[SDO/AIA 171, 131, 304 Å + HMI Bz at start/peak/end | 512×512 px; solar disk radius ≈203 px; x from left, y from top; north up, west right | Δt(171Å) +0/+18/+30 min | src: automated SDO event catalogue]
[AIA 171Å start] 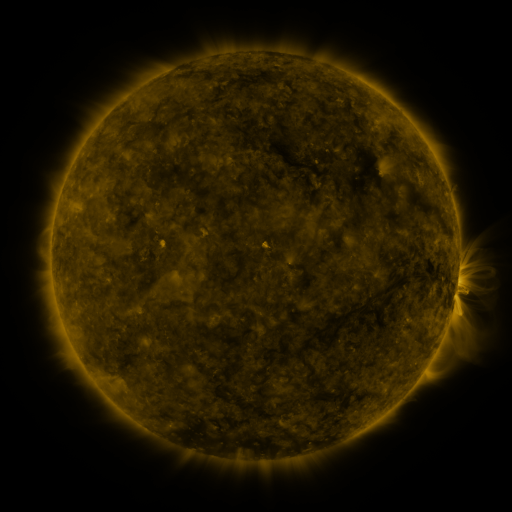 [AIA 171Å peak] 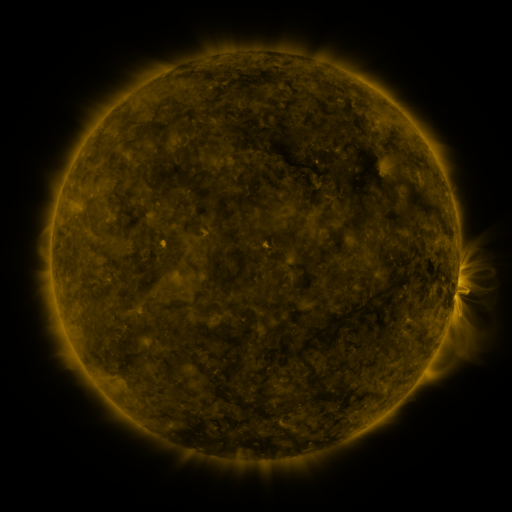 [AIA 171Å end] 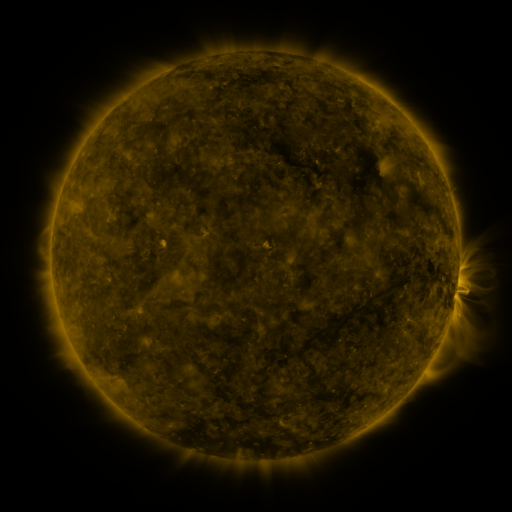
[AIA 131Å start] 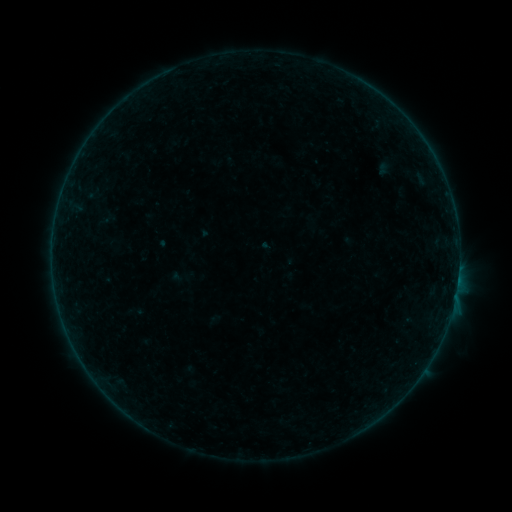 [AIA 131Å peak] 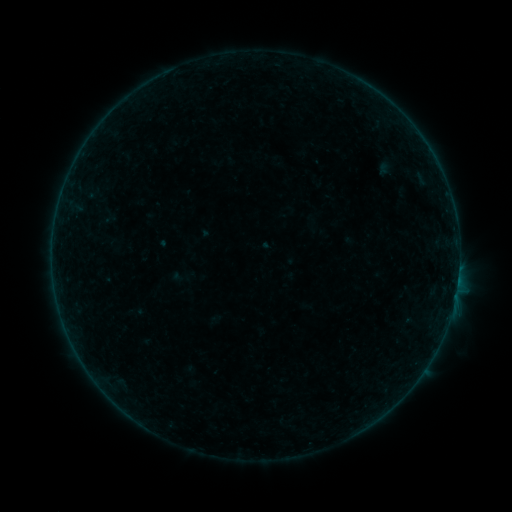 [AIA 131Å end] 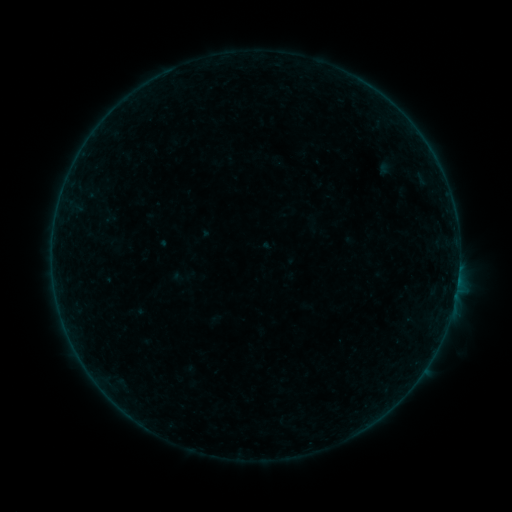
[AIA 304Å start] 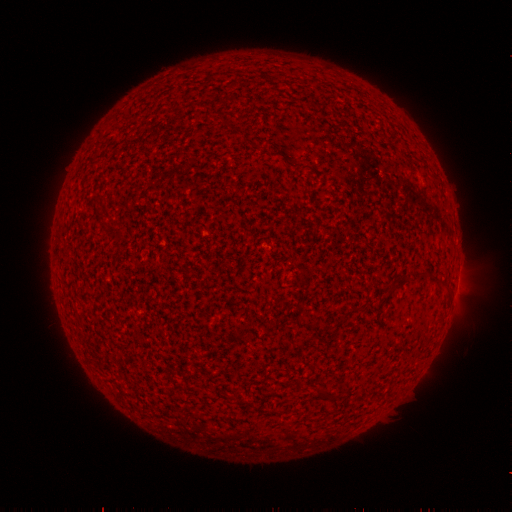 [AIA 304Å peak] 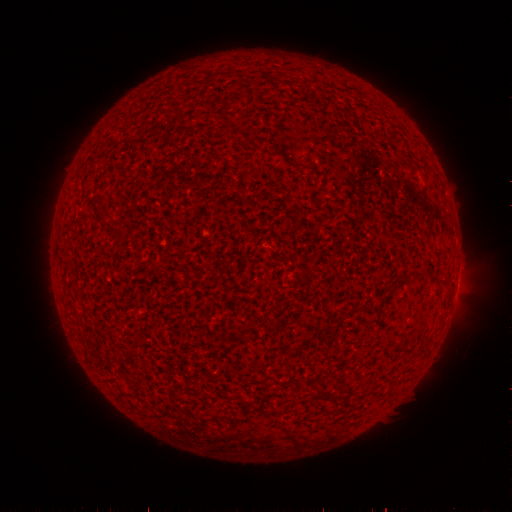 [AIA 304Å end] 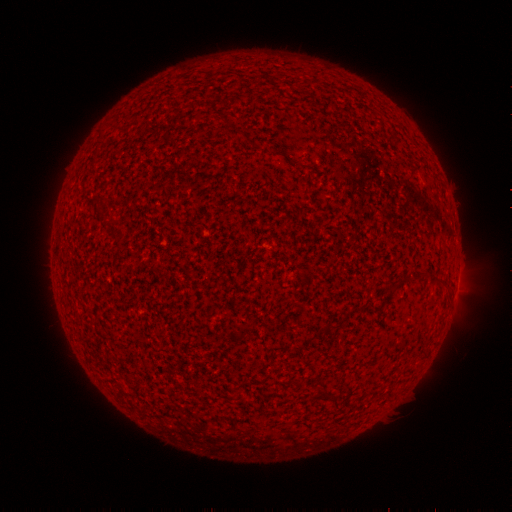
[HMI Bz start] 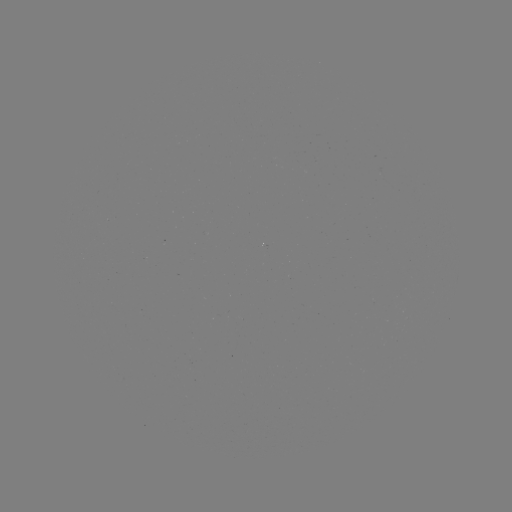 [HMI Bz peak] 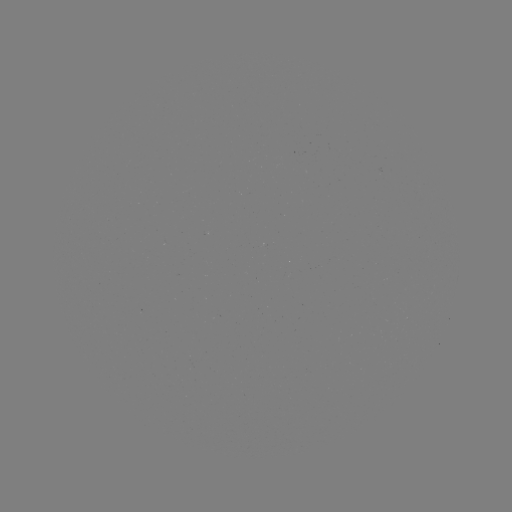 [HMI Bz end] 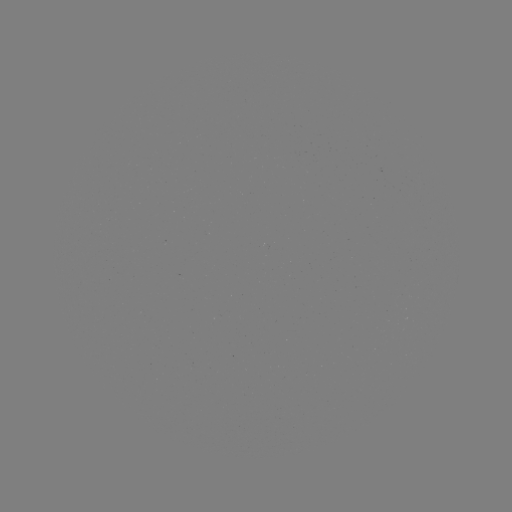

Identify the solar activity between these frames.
nothing was catalogued: no classed flare, no EUV trigger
